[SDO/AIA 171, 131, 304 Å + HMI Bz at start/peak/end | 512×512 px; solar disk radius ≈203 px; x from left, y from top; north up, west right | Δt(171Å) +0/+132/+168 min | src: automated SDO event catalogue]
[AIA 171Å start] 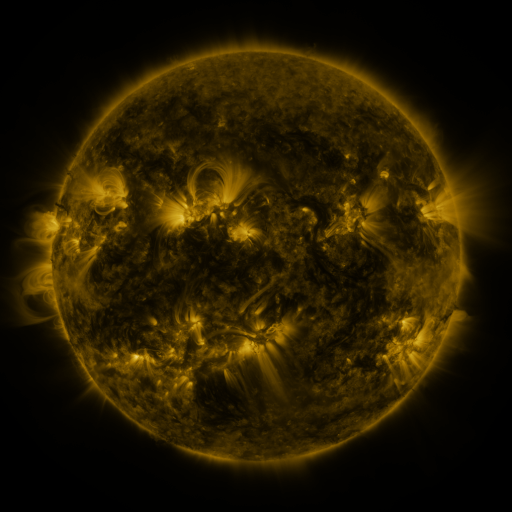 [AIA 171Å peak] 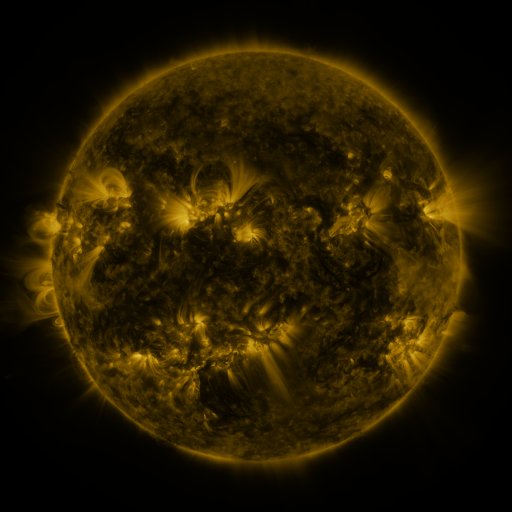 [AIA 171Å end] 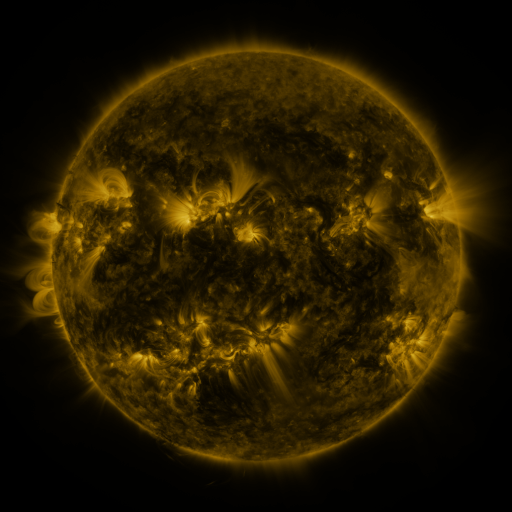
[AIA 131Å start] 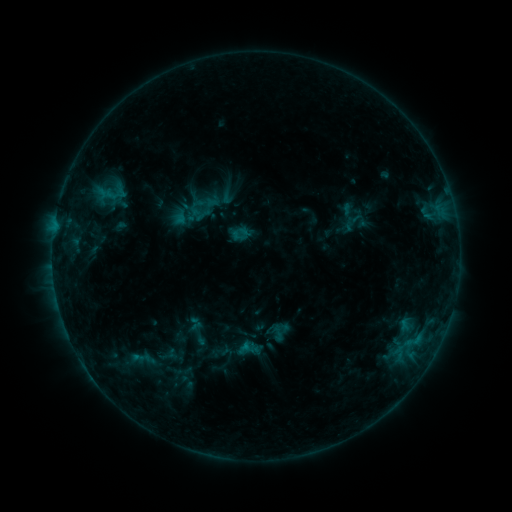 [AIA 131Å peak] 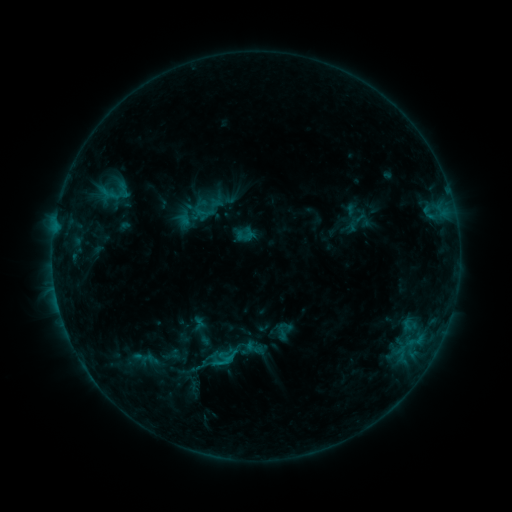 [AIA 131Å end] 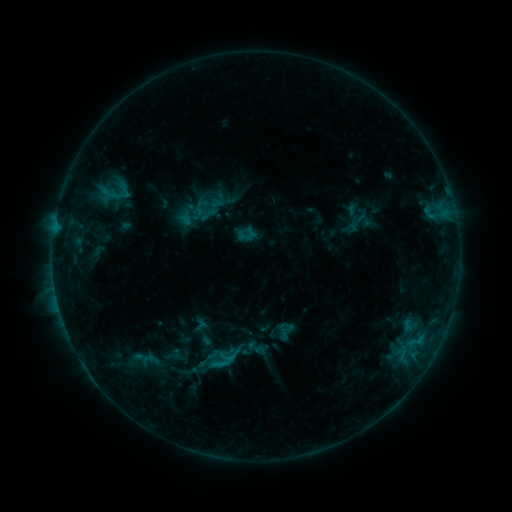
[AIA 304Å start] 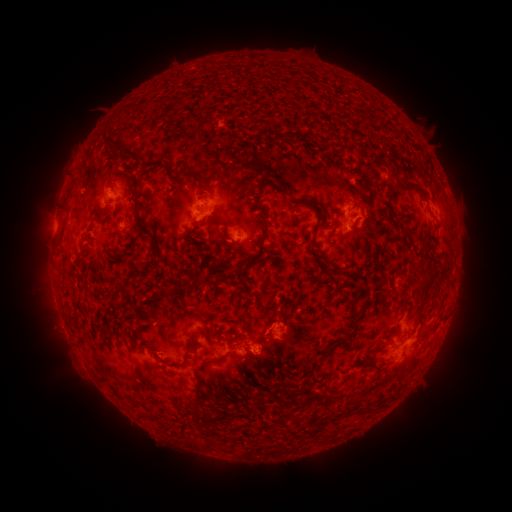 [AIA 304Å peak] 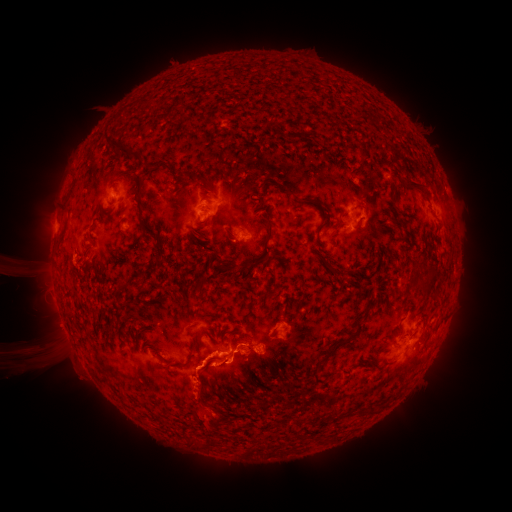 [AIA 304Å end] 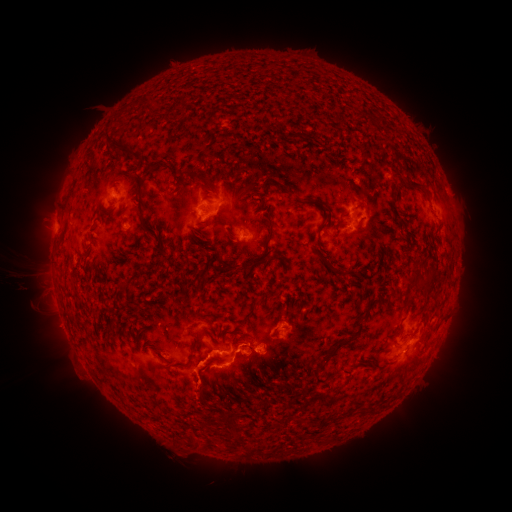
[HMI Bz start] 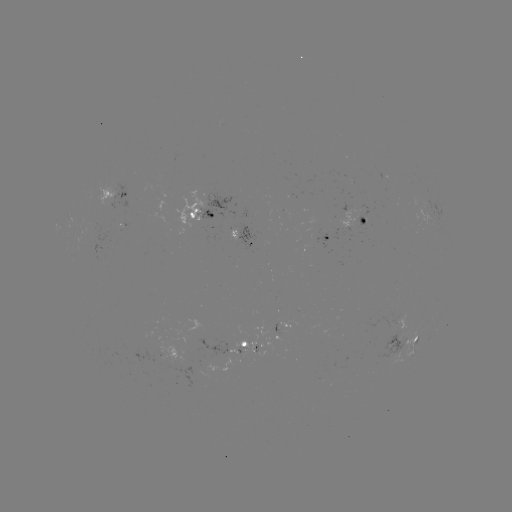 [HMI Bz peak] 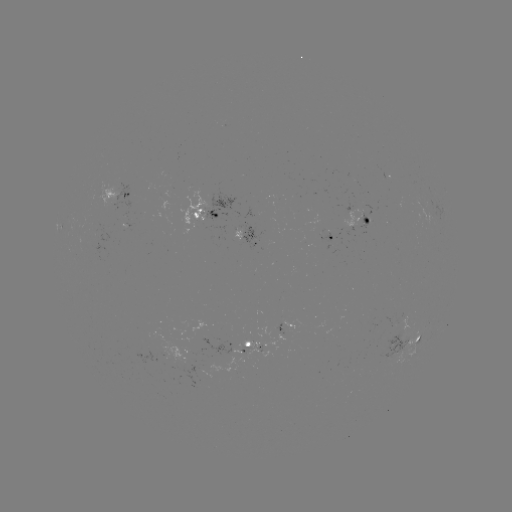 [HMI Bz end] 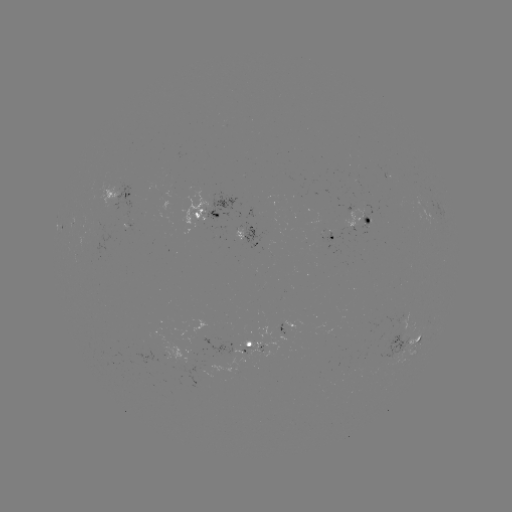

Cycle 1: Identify emerging-flux region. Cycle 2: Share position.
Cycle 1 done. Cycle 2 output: (285, 321).